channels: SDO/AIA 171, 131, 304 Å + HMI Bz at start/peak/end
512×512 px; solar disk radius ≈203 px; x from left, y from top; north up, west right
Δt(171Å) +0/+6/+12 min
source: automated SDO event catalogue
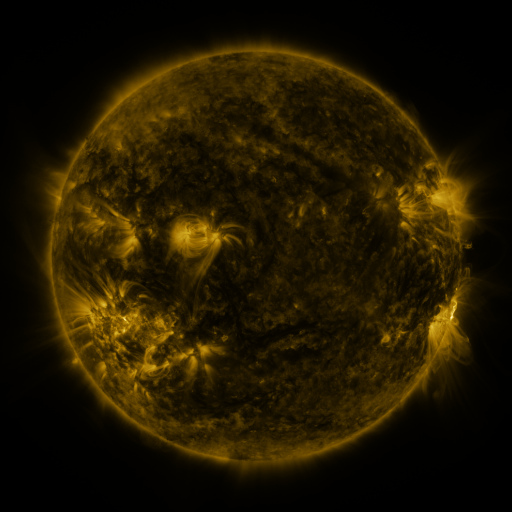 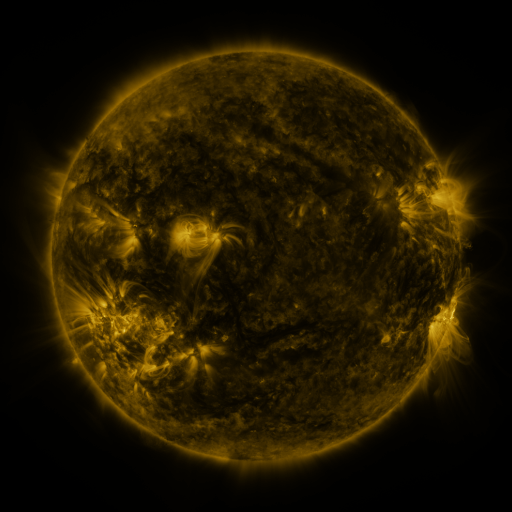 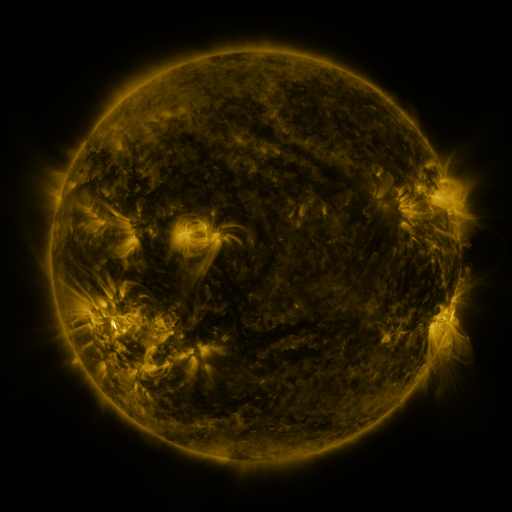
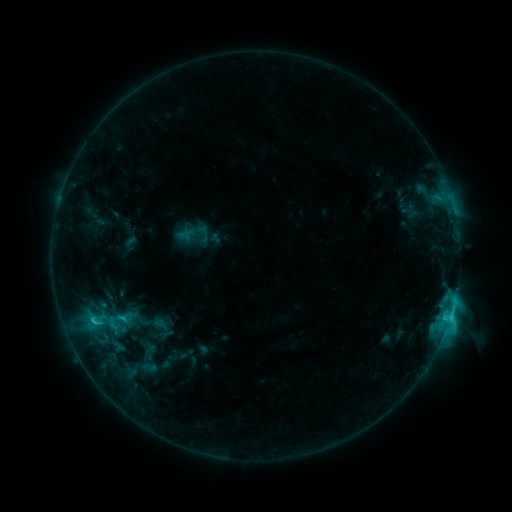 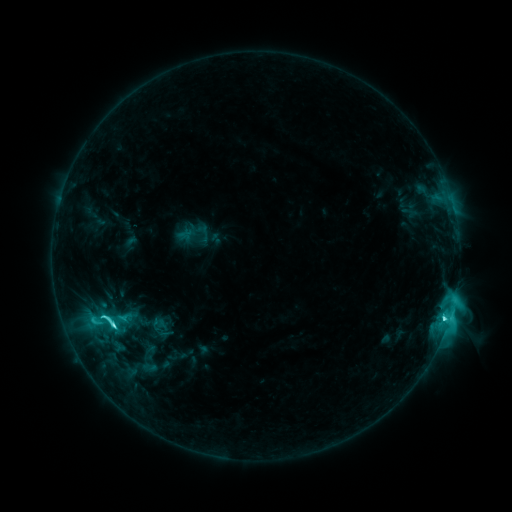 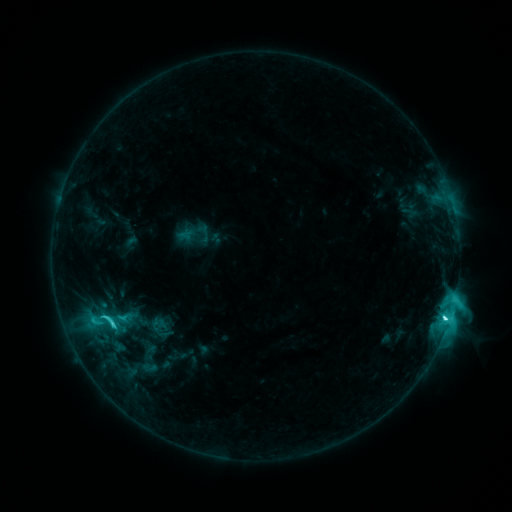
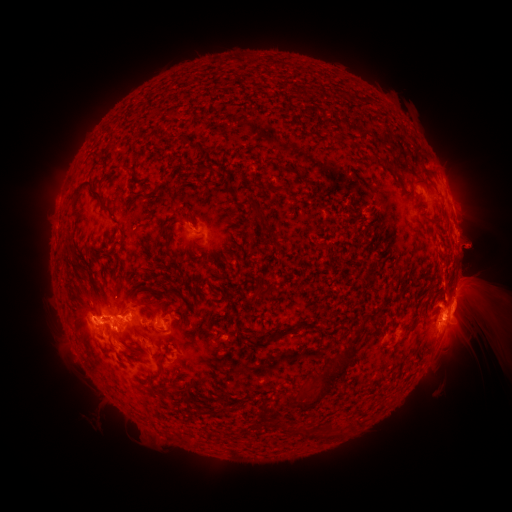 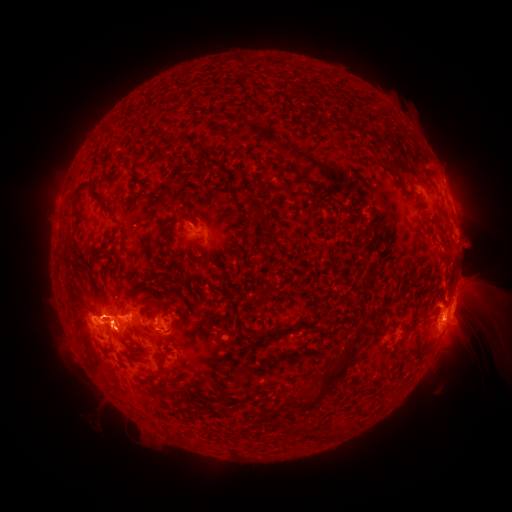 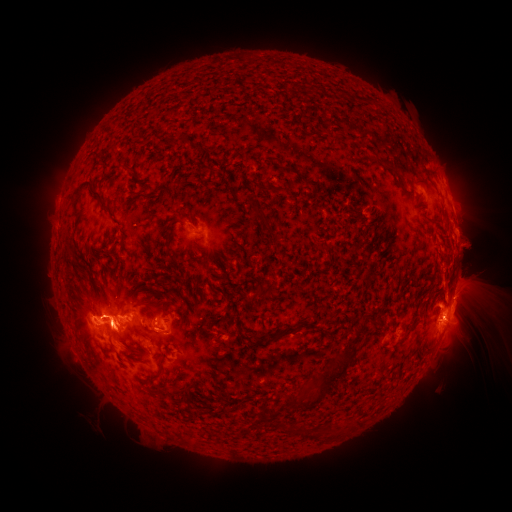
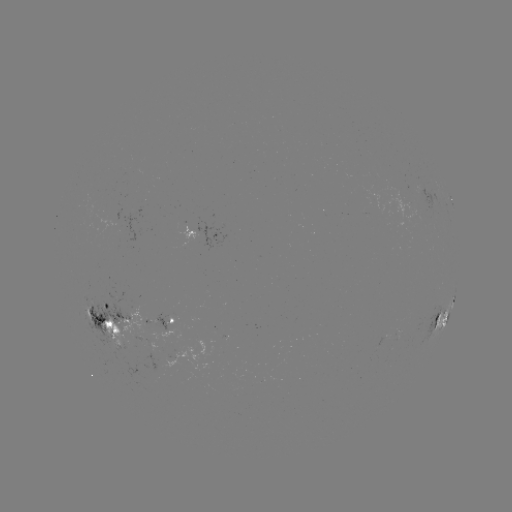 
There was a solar eruption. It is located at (459, 178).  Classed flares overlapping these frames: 1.